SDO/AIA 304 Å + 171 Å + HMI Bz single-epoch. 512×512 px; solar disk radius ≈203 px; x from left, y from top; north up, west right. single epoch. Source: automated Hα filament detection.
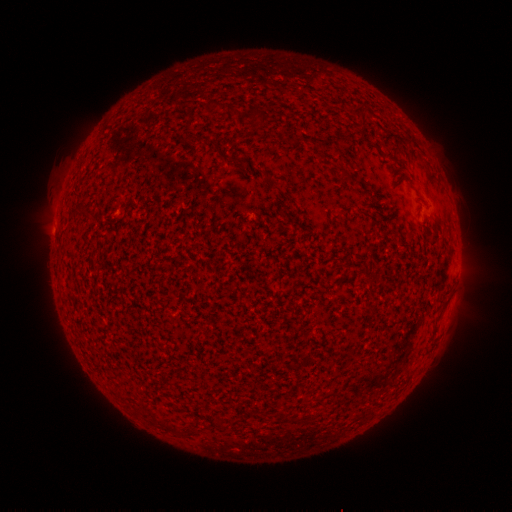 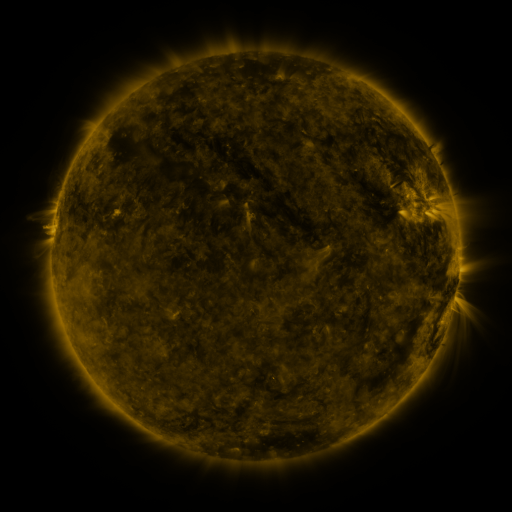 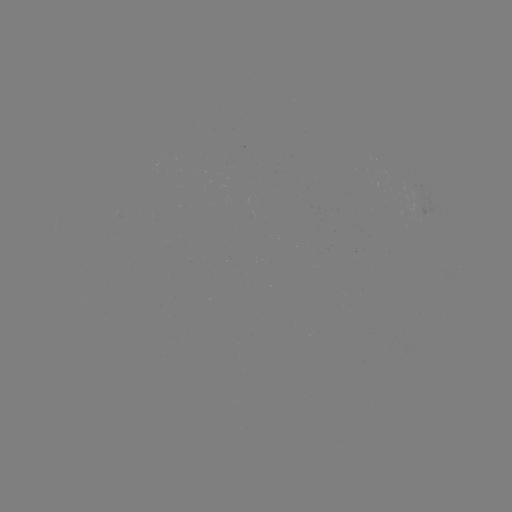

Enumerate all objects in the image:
filament: (362, 116)
filament: (195, 140)
filament: (214, 146)
filament: (344, 174)
filament: (135, 307)
filament: (105, 311)
filament: (171, 429)
